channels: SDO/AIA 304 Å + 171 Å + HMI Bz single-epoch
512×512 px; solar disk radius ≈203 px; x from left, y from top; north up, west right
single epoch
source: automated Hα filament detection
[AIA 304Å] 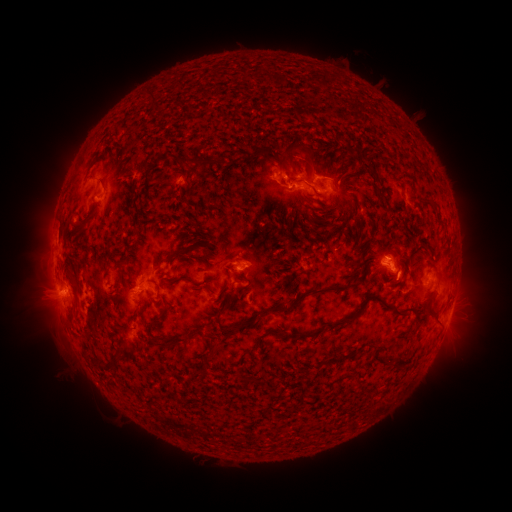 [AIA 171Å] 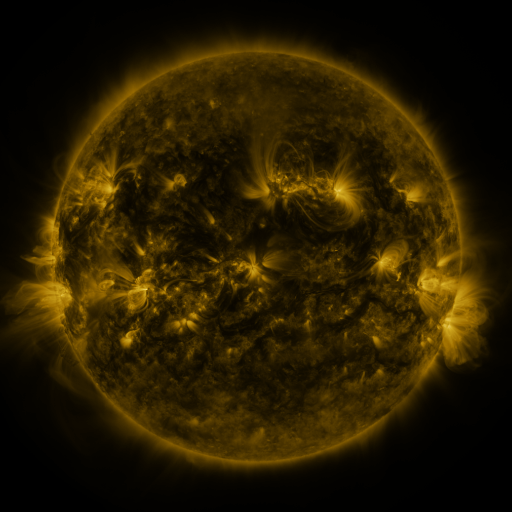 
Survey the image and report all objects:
filament: <bbox>279, 75, 288, 85</bbox>
filament: <bbox>151, 92, 158, 105</bbox>
filament: <bbox>265, 151, 291, 178</bbox>
filament: <bbox>185, 156, 218, 166</bbox>
filament: <bbox>362, 163, 372, 170</bbox>
filament: <bbox>98, 176, 107, 186</bbox>
filament: <bbox>72, 216, 90, 228</bbox>
filament: <bbox>168, 247, 186, 258</bbox>
filament: <bbox>115, 258, 126, 269</bbox>
filament: <bbox>148, 277, 161, 297</bbox>
filament: <bbox>271, 284, 352, 313</bbox>
filament: <bbox>324, 294, 403, 329</bbox>
filament: <bbox>424, 296, 433, 310</bbox>
filament: <bbox>152, 303, 169, 324</bbox>
filament: <bbox>229, 318, 256, 330</bbox>
filament: <bbox>151, 327, 197, 349</bbox>
filament: <bbox>300, 328, 324, 338</bbox>
filament: <bbox>204, 347, 211, 358</bbox>
filament: <bbox>327, 347, 359, 364</bbox>
